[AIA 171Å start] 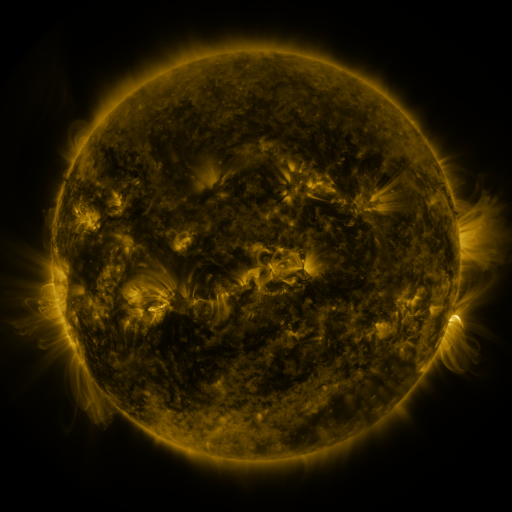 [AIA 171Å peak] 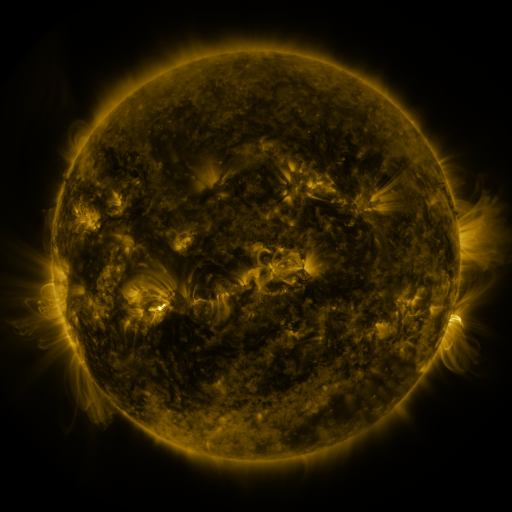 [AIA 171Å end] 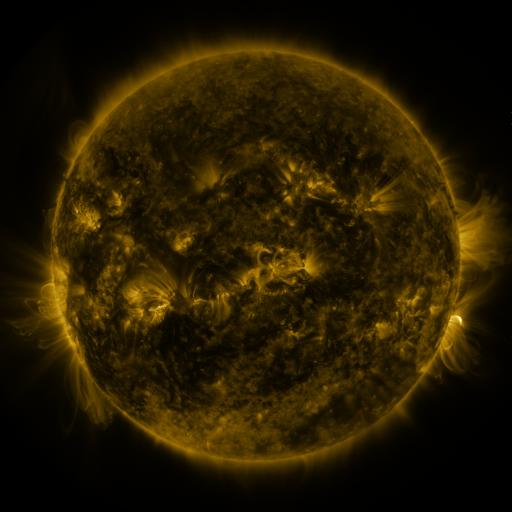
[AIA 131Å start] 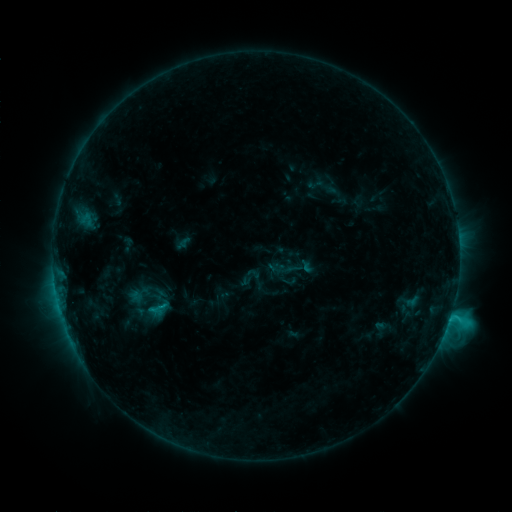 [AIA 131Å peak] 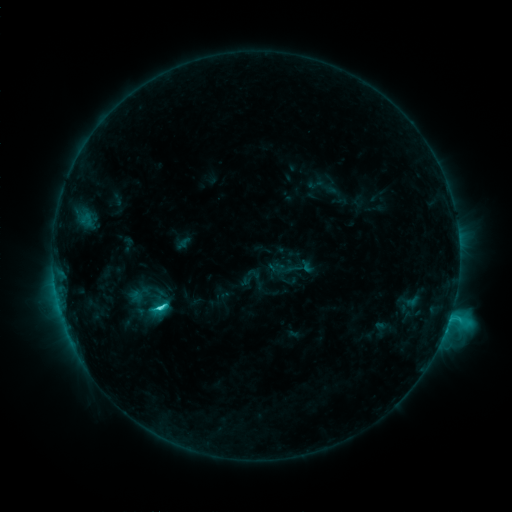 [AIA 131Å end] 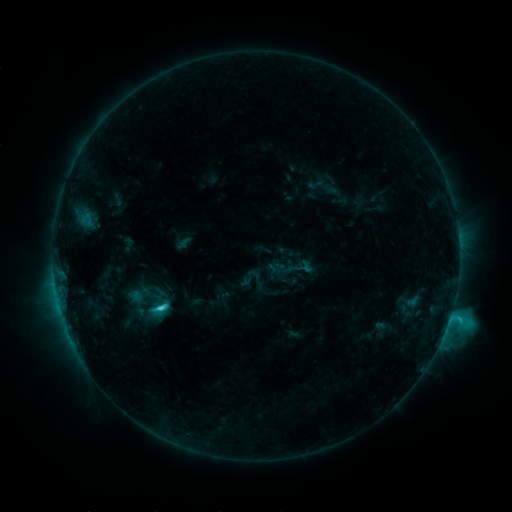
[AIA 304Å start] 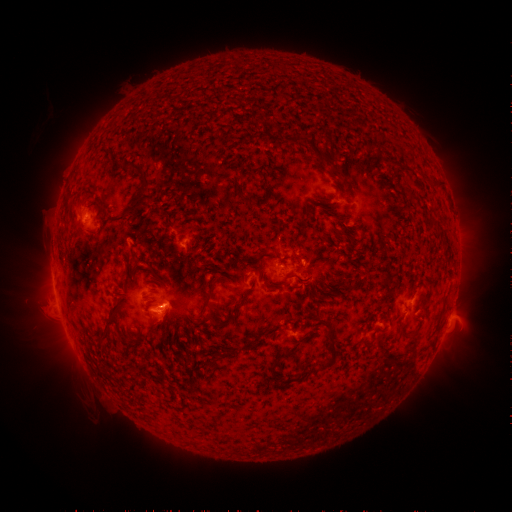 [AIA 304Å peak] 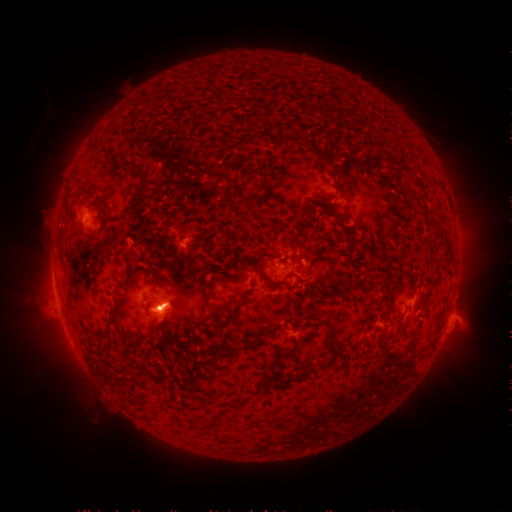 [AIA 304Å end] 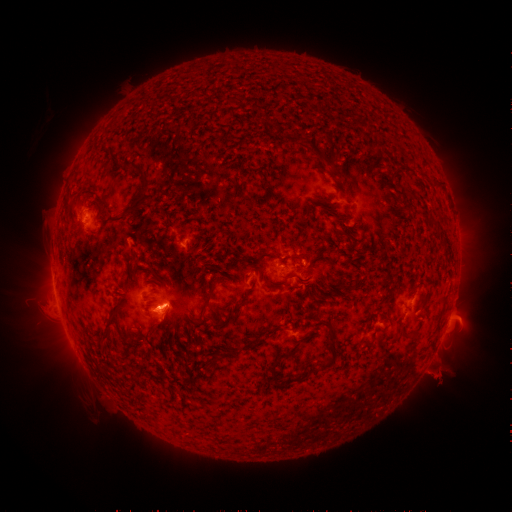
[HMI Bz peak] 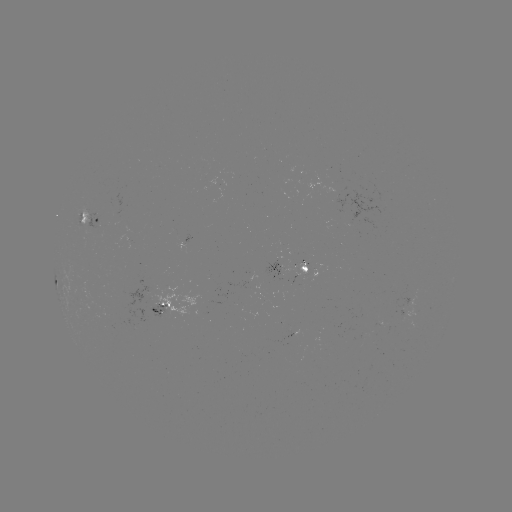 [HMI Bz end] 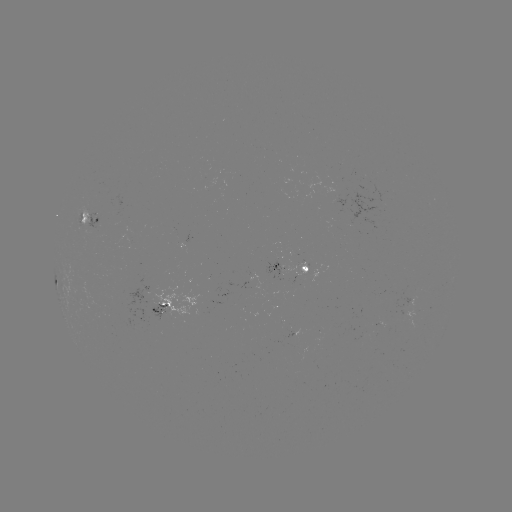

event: flare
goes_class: C4.5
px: (160, 308)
